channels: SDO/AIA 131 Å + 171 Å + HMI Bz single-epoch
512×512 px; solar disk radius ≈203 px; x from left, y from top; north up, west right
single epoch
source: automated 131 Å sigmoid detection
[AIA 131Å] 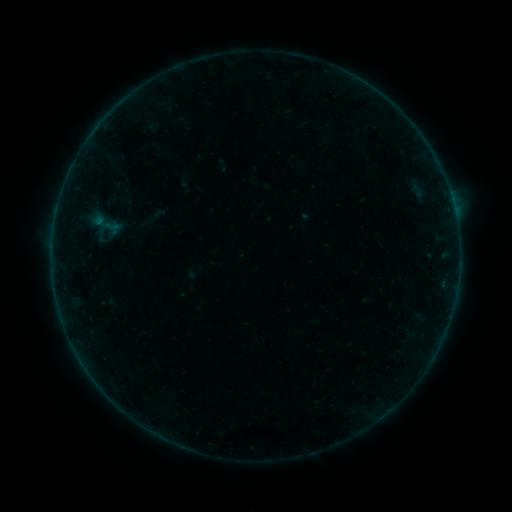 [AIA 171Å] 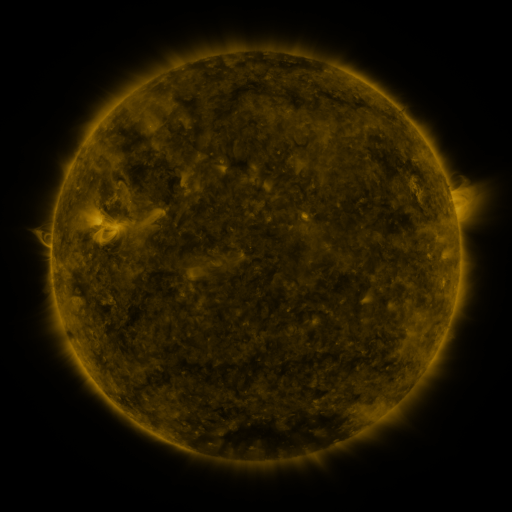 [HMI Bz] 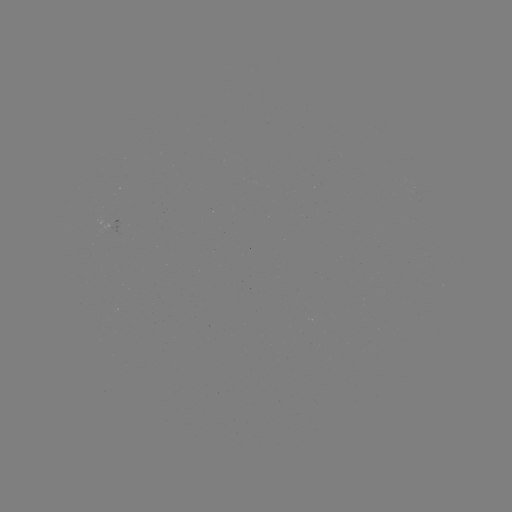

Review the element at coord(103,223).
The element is sigmoid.